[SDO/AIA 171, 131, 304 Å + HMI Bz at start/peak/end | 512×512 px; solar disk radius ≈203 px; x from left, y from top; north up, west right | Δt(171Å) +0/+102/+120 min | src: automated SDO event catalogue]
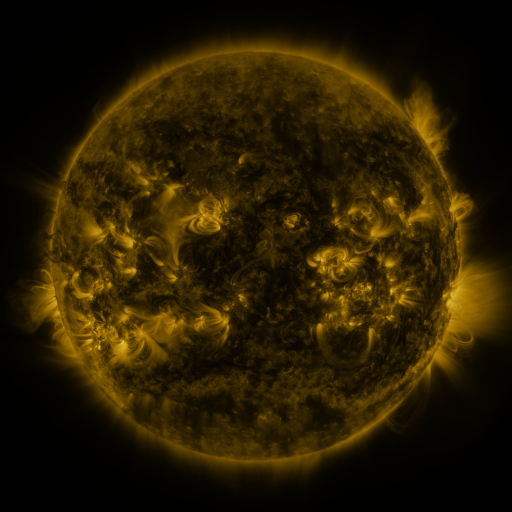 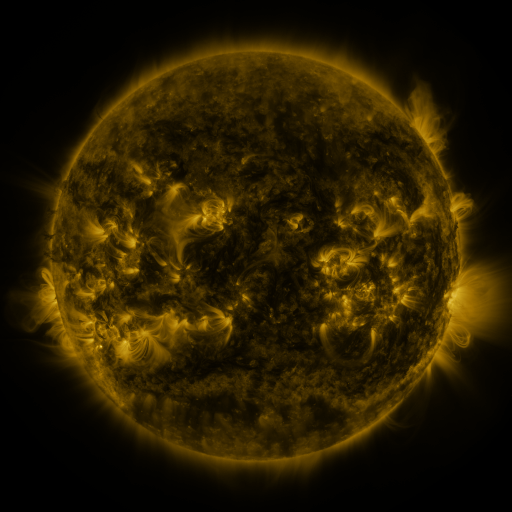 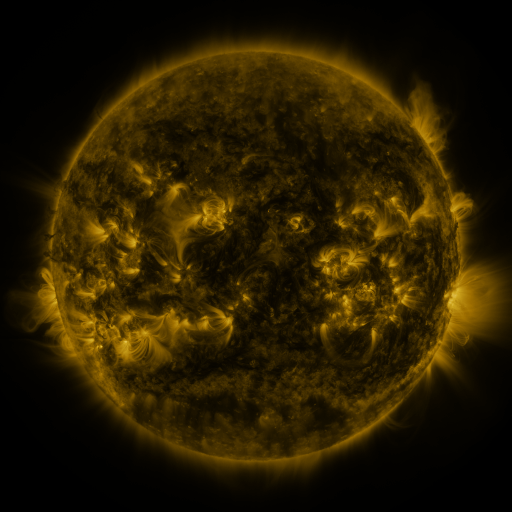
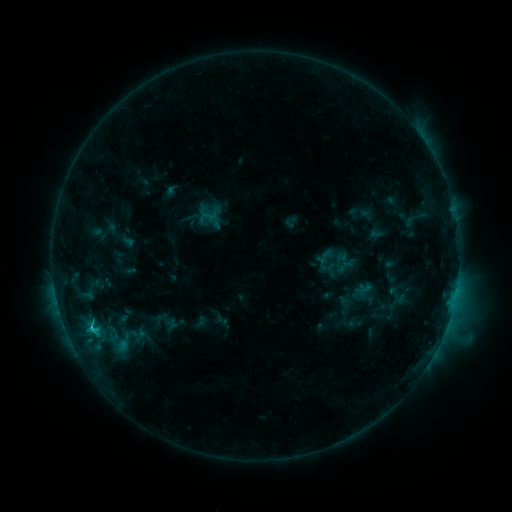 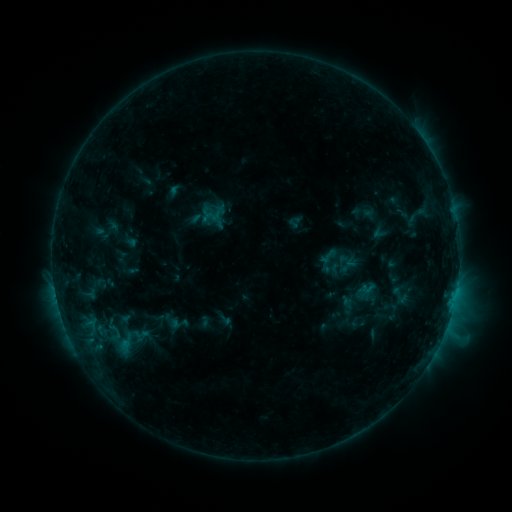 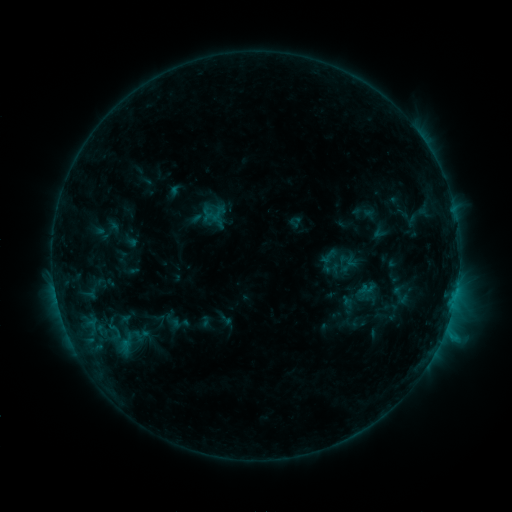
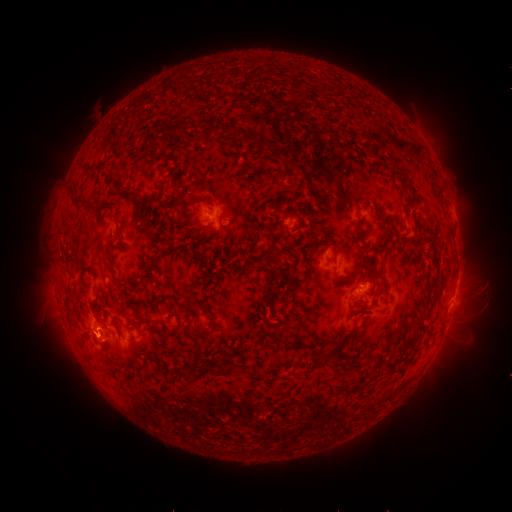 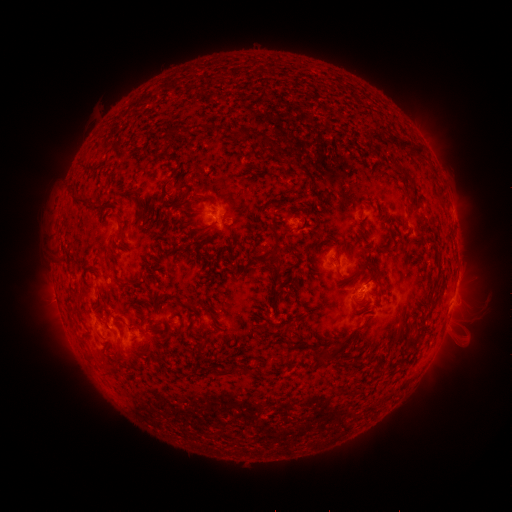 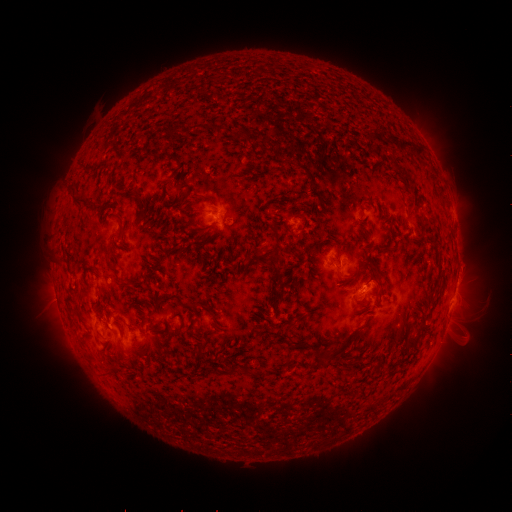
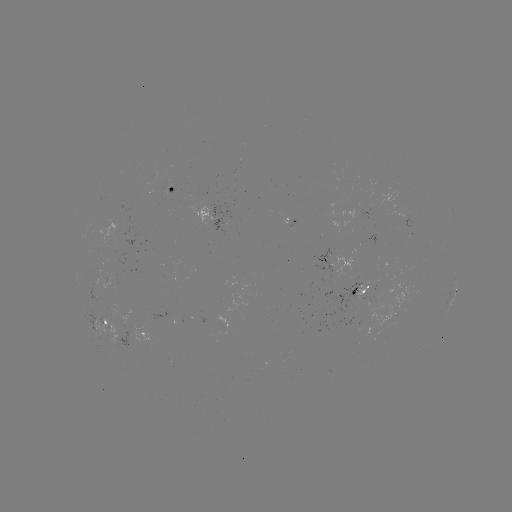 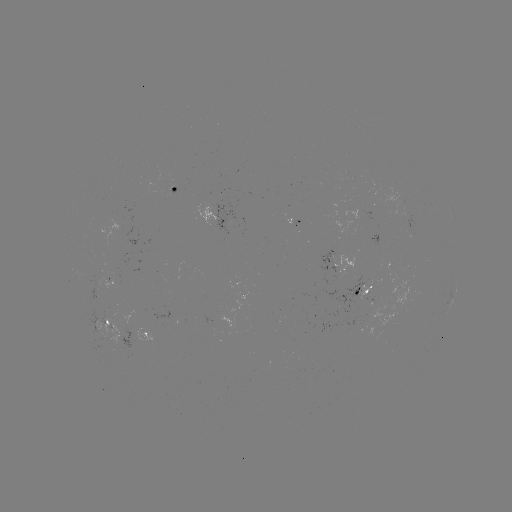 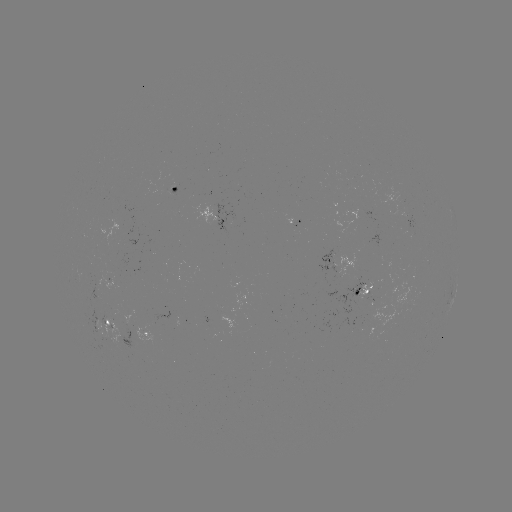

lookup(emerging-flux region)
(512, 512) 382,301